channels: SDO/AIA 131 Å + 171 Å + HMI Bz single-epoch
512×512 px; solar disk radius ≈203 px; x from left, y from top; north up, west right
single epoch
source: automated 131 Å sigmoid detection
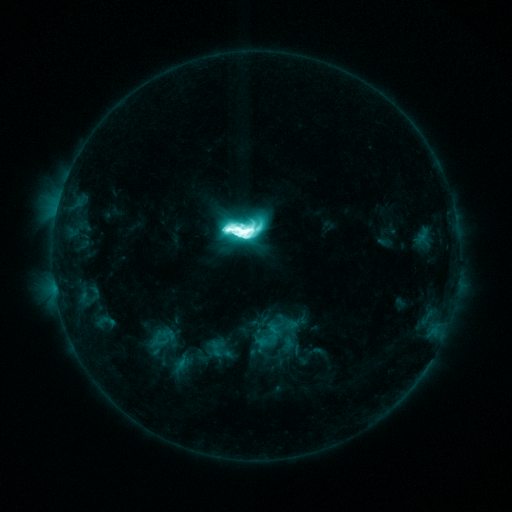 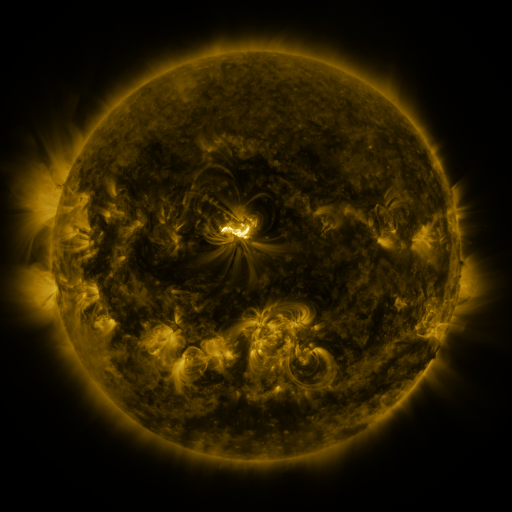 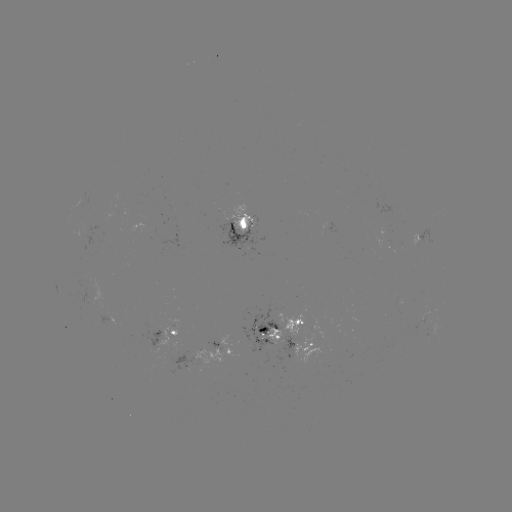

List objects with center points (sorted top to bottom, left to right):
sigmoid: [223, 211, 261, 250]
